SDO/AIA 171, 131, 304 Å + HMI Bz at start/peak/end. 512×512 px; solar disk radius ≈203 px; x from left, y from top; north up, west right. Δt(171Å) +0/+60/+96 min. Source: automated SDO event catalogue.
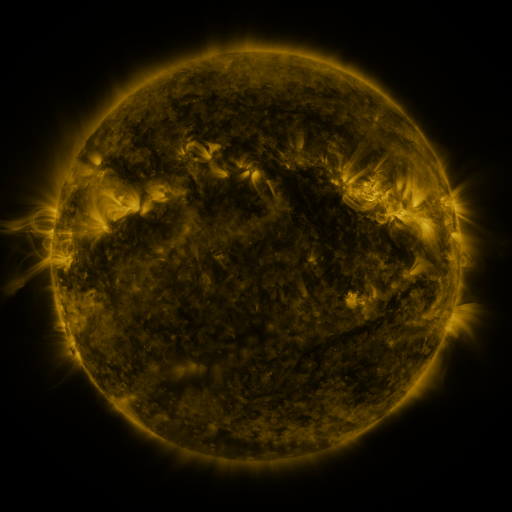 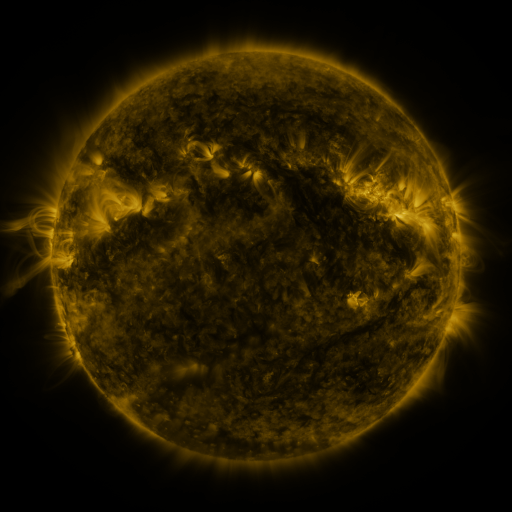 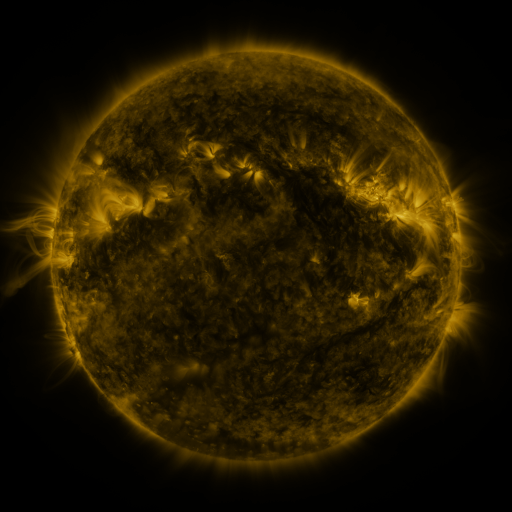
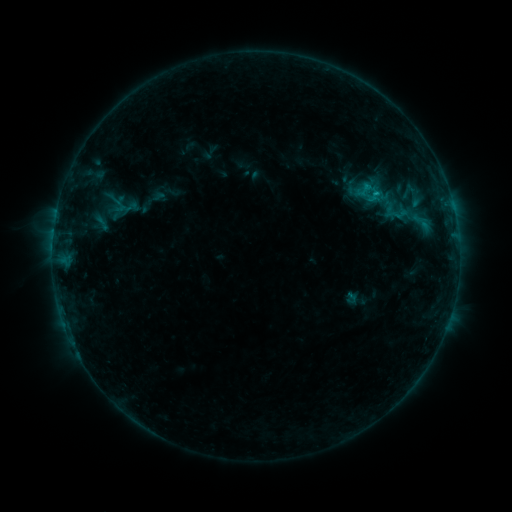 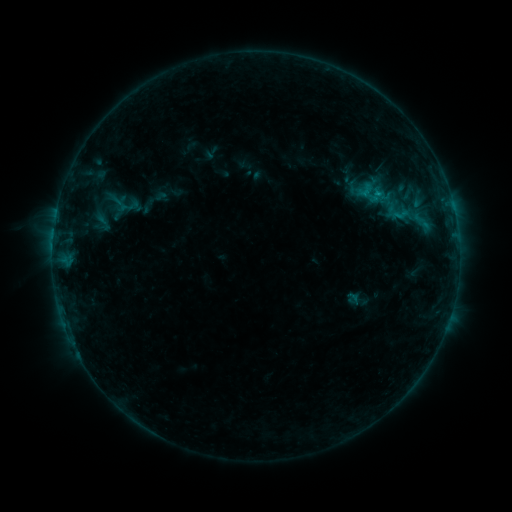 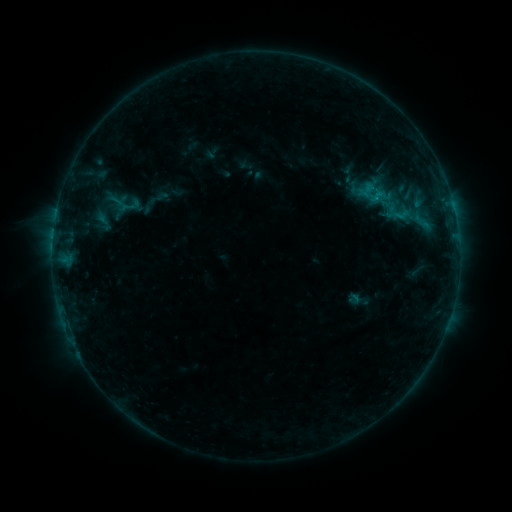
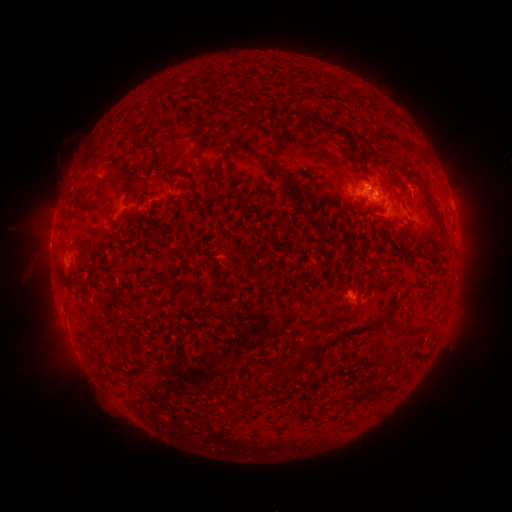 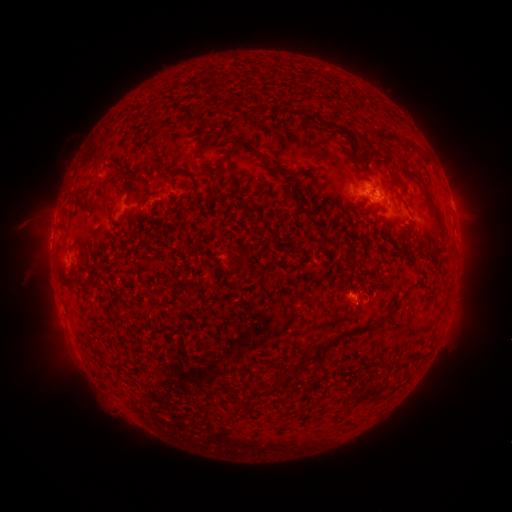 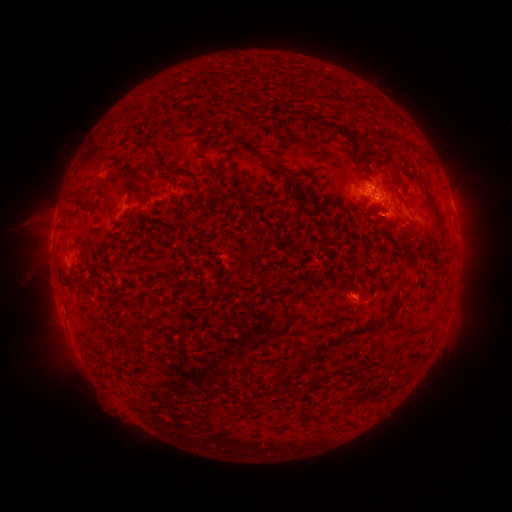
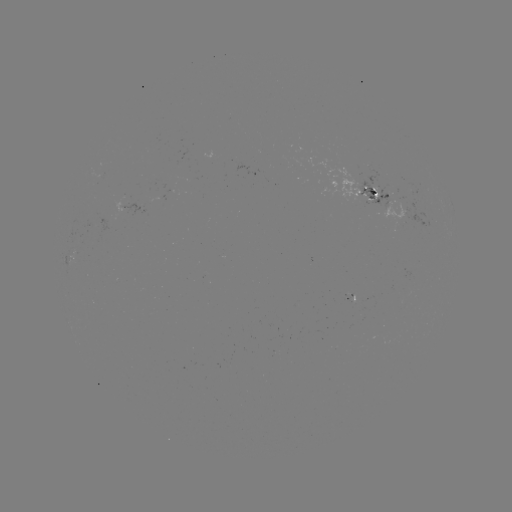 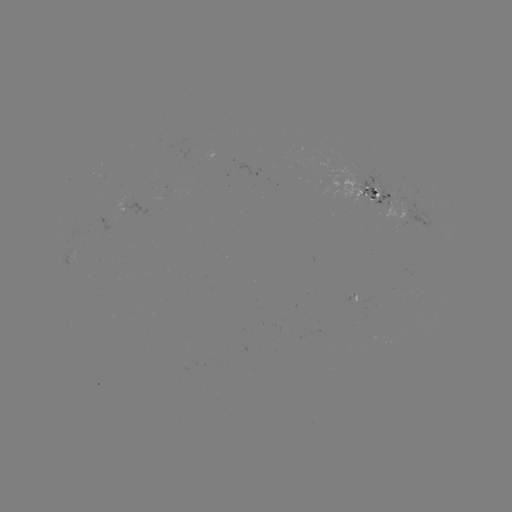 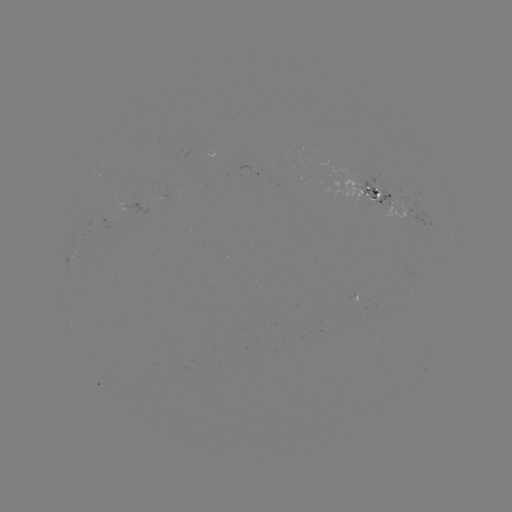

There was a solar emerging-flux region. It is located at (384, 193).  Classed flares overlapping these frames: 1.